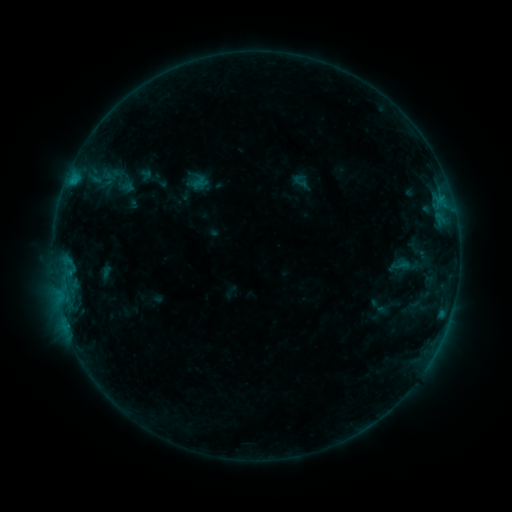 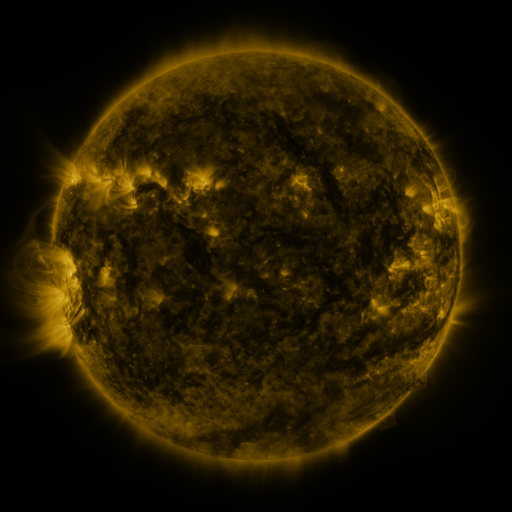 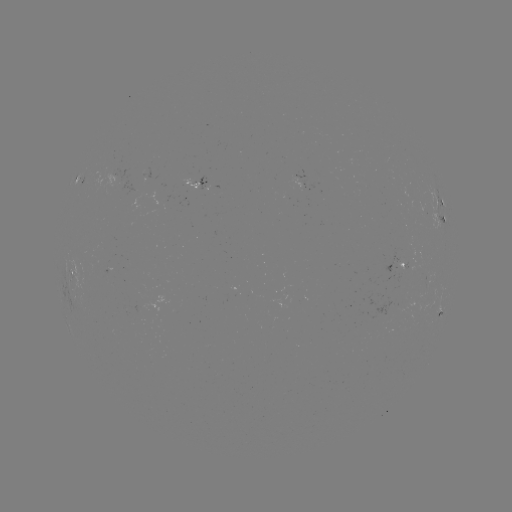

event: sigmoid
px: (400, 266)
